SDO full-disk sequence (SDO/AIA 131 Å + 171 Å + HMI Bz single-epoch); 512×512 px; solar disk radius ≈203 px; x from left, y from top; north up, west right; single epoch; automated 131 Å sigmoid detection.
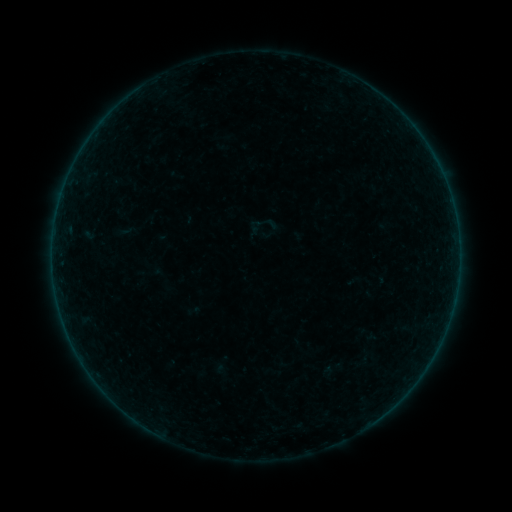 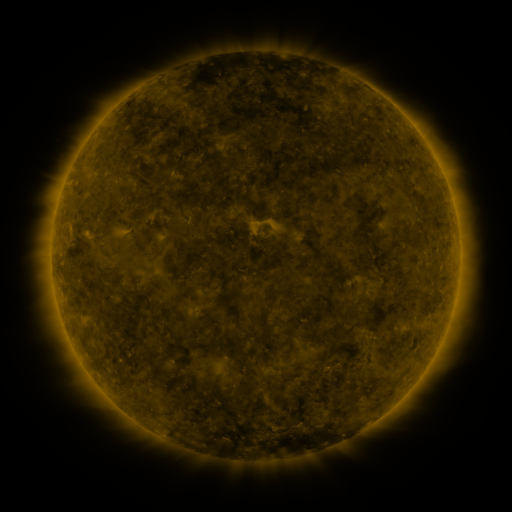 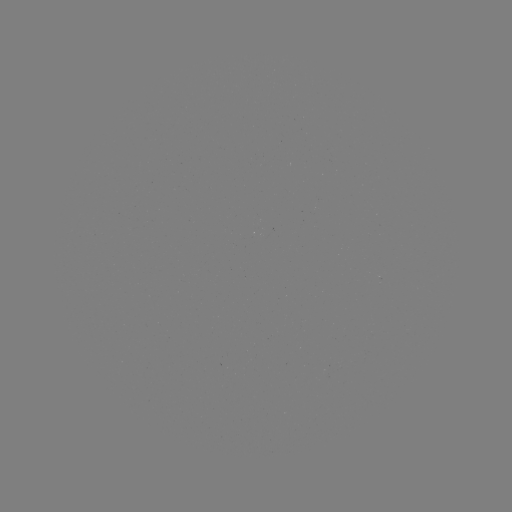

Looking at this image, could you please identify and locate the sigmoid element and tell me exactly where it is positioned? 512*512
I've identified sigmoid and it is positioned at [261, 232].